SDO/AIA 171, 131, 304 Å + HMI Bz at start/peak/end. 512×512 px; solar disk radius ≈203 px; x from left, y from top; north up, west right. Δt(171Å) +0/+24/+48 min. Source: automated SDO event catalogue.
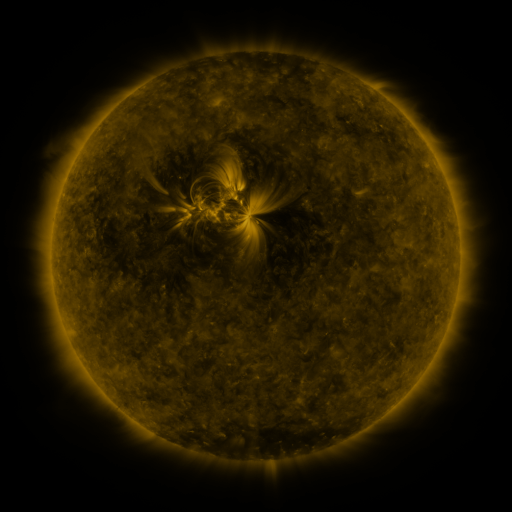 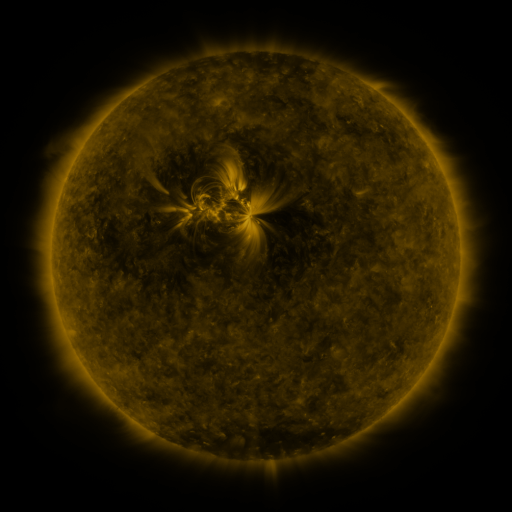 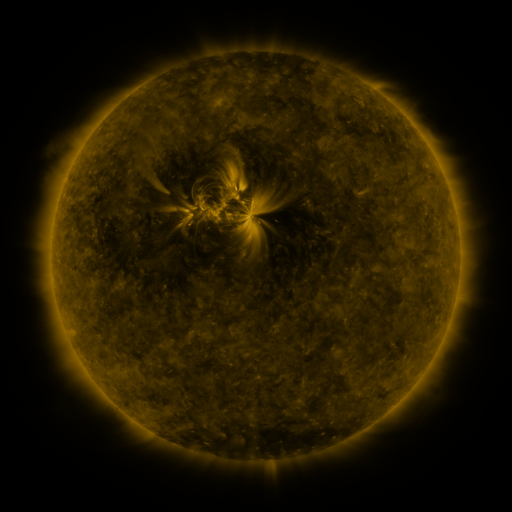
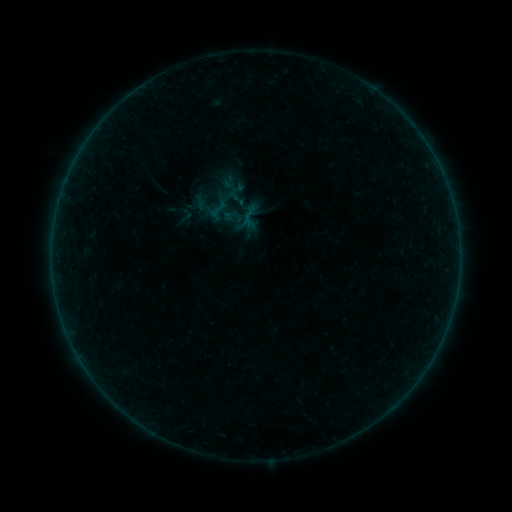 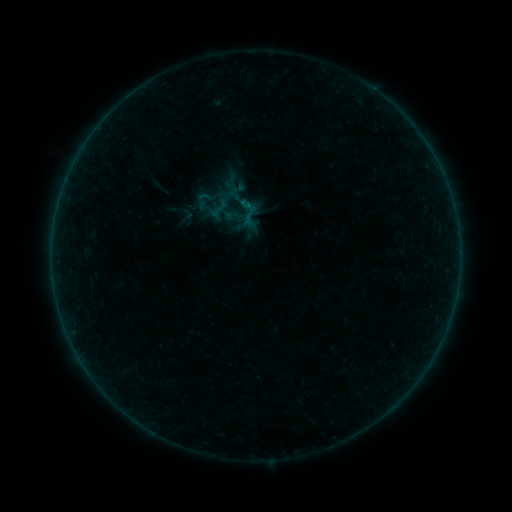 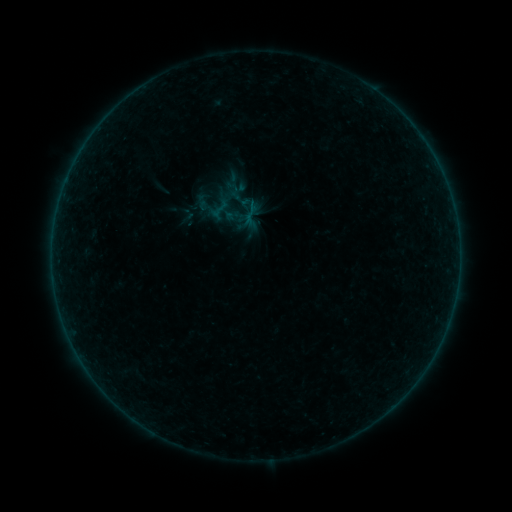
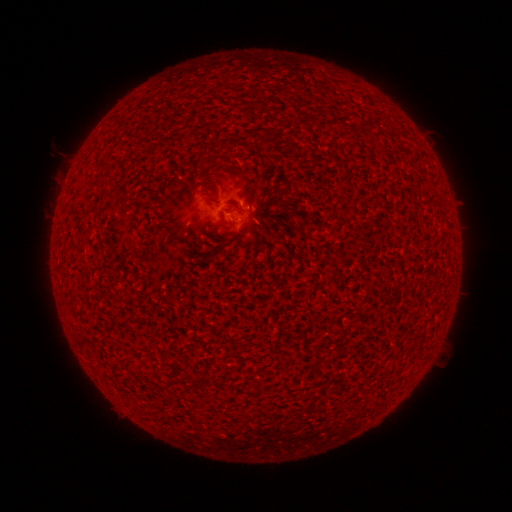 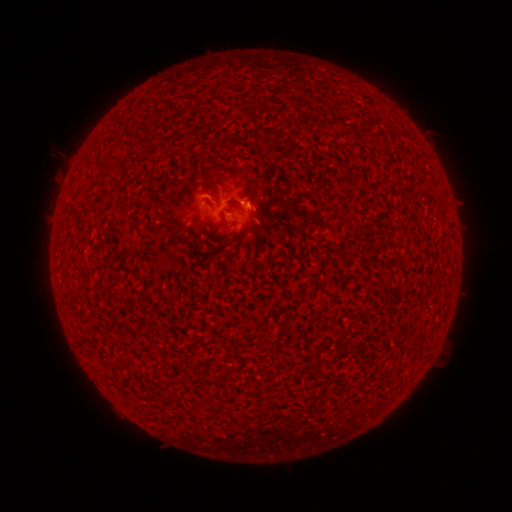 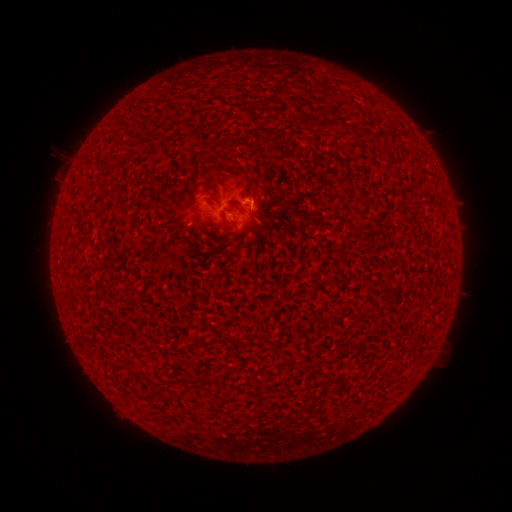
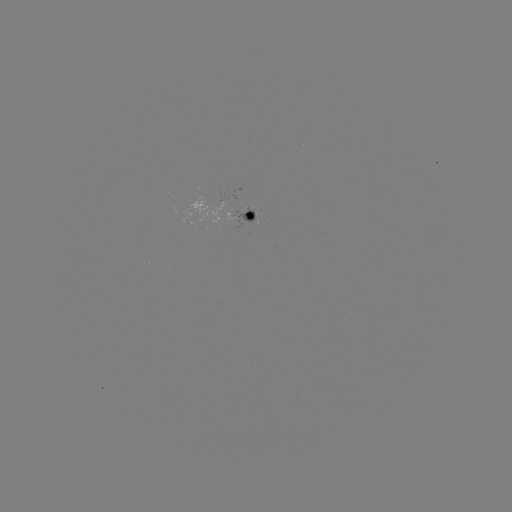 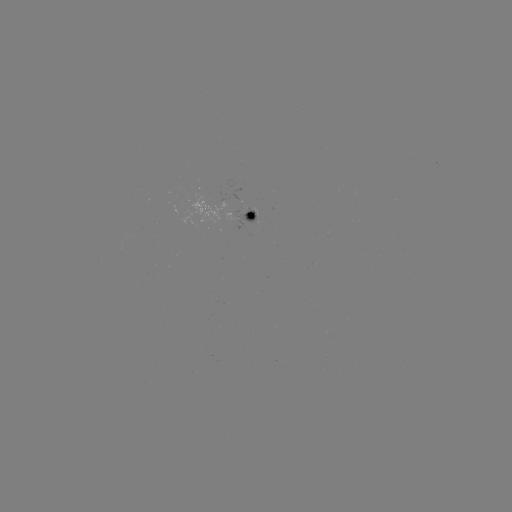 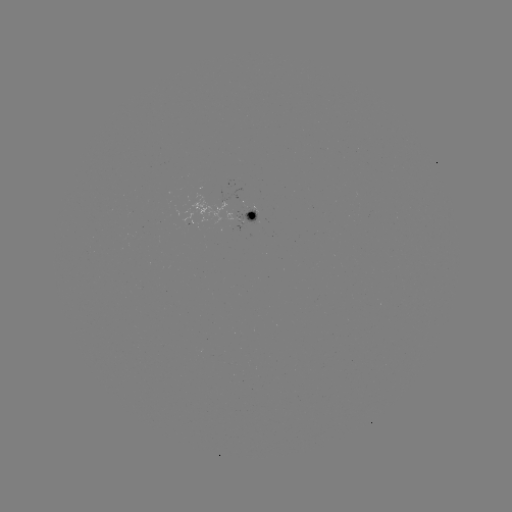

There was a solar flare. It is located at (245, 203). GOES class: B1.5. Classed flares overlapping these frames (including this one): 1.